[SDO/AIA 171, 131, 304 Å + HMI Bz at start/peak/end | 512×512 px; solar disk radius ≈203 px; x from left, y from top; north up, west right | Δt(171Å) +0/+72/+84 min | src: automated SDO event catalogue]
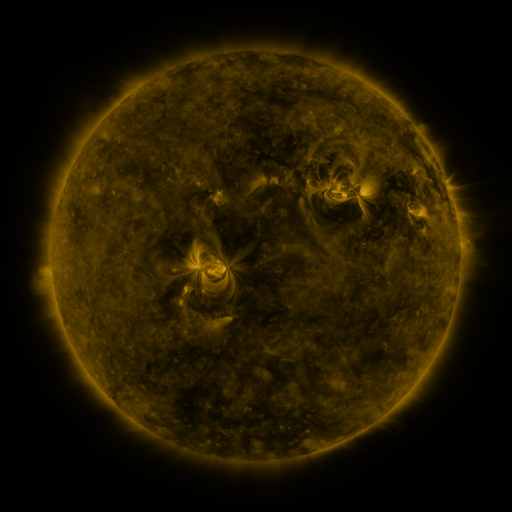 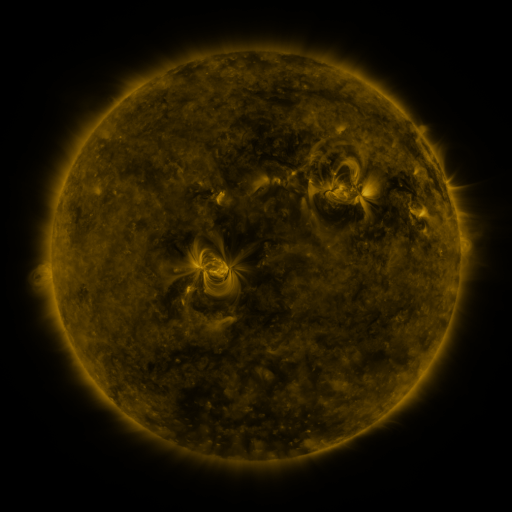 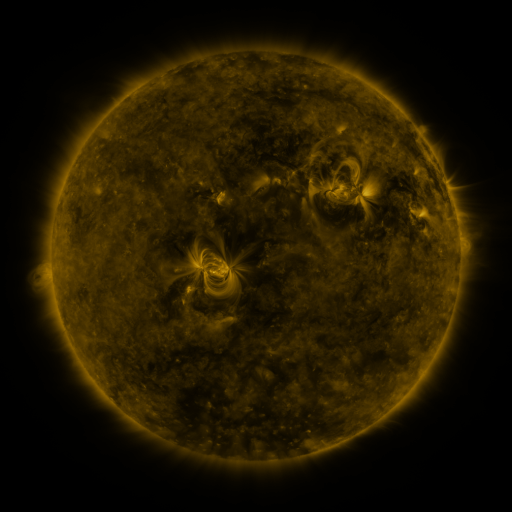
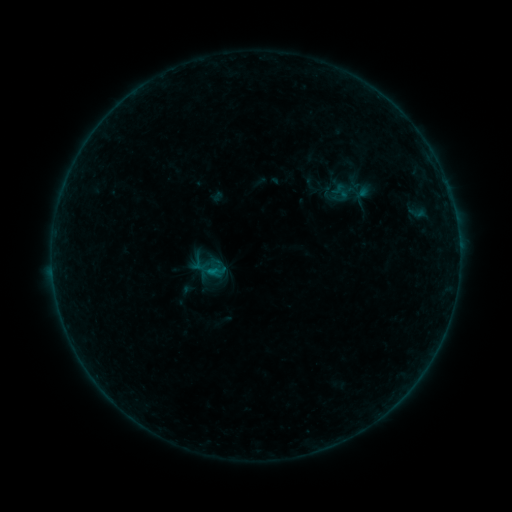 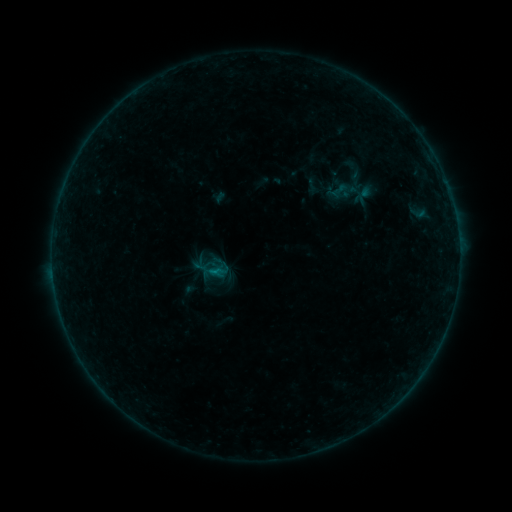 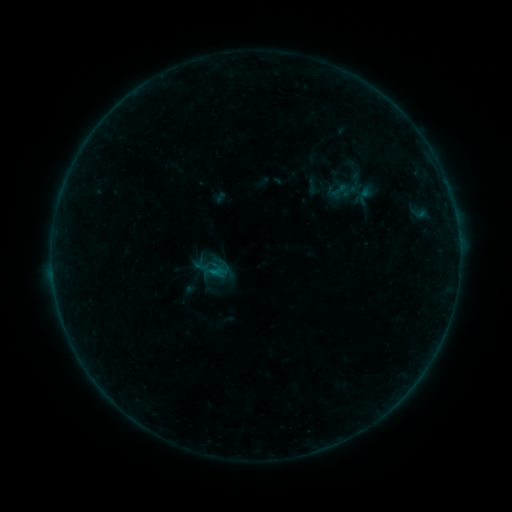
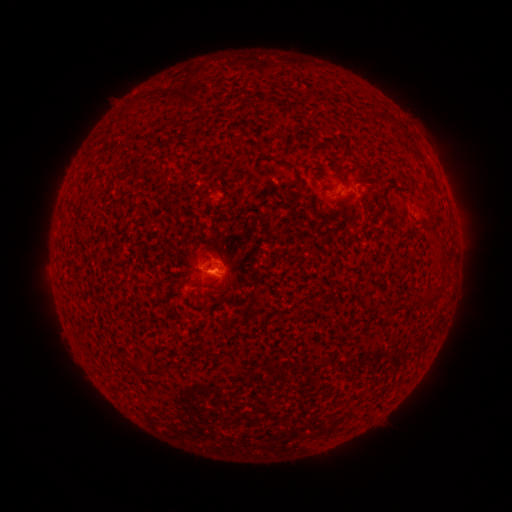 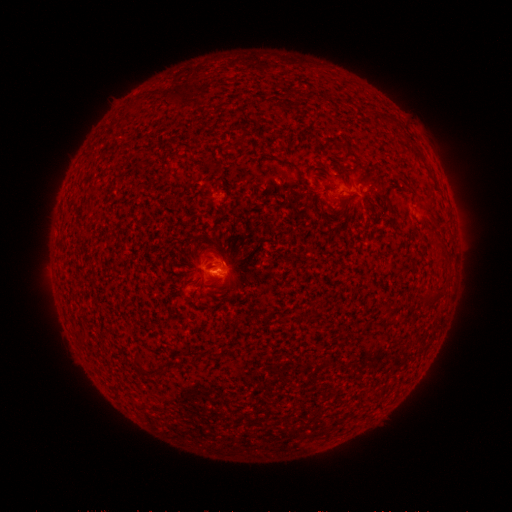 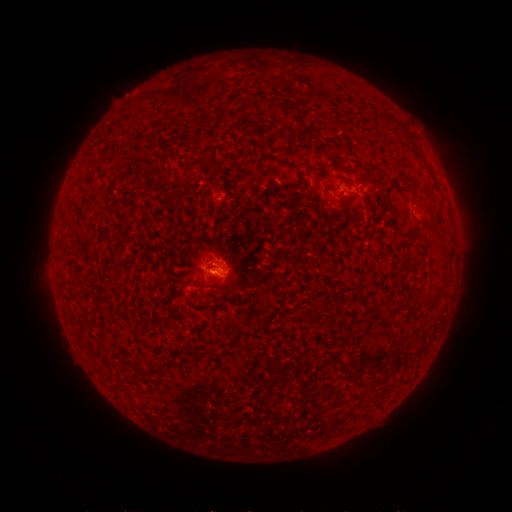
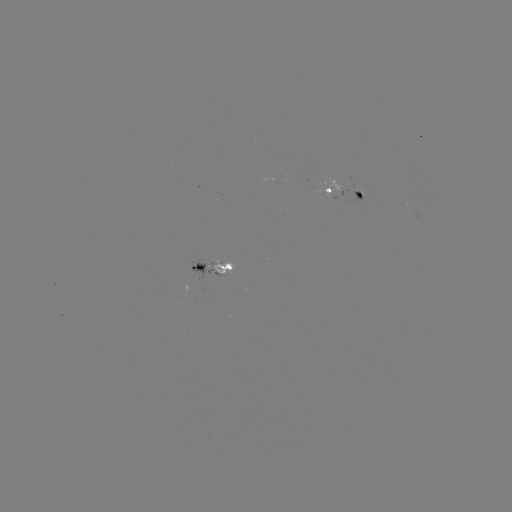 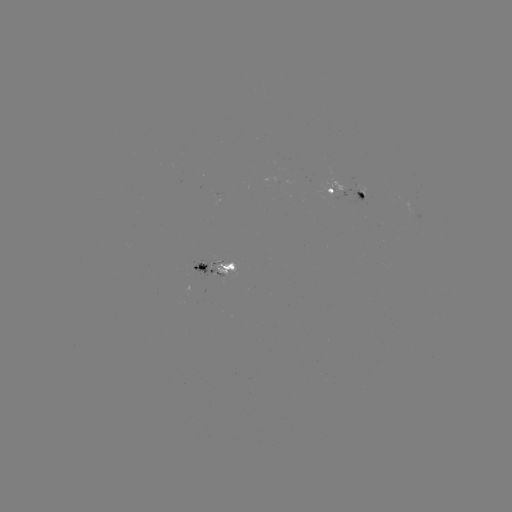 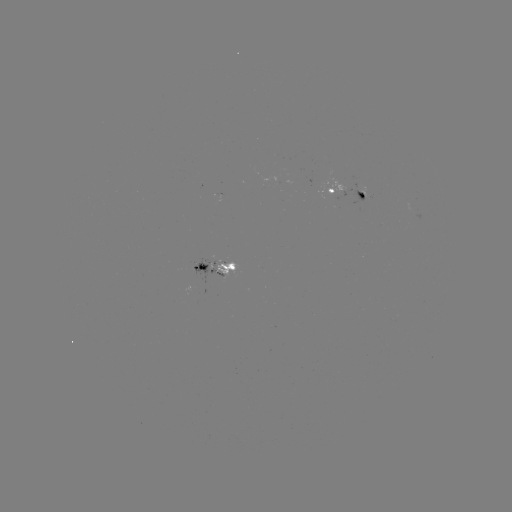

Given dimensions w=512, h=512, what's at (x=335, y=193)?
emerging-flux region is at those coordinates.